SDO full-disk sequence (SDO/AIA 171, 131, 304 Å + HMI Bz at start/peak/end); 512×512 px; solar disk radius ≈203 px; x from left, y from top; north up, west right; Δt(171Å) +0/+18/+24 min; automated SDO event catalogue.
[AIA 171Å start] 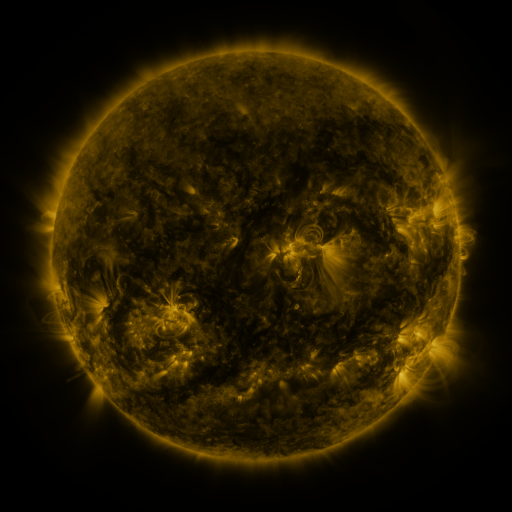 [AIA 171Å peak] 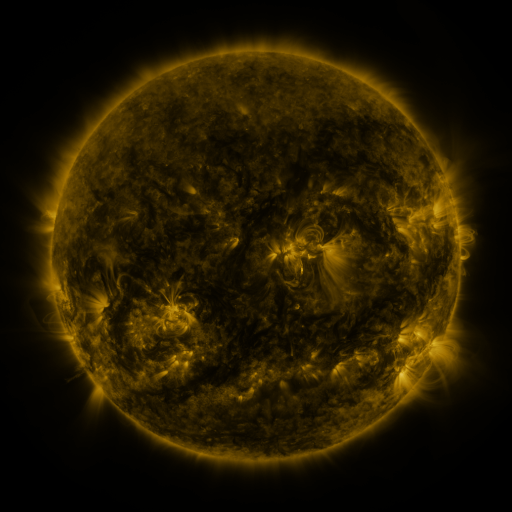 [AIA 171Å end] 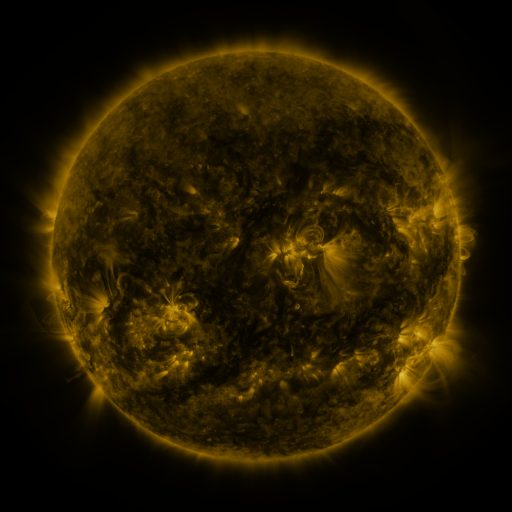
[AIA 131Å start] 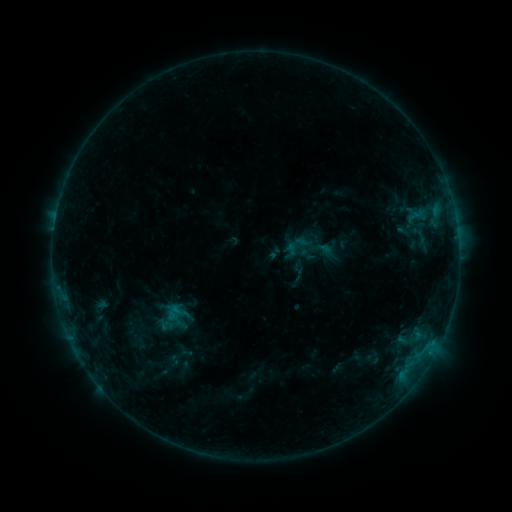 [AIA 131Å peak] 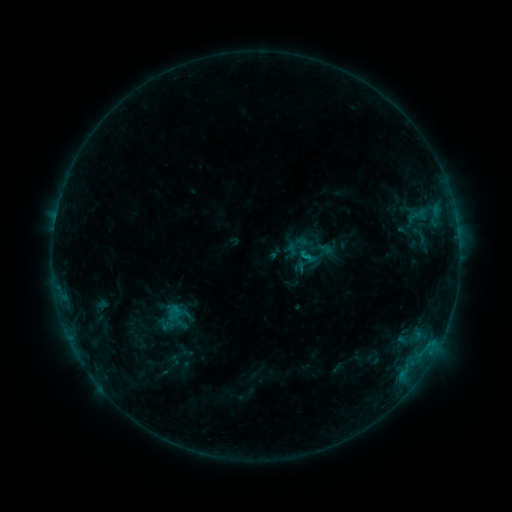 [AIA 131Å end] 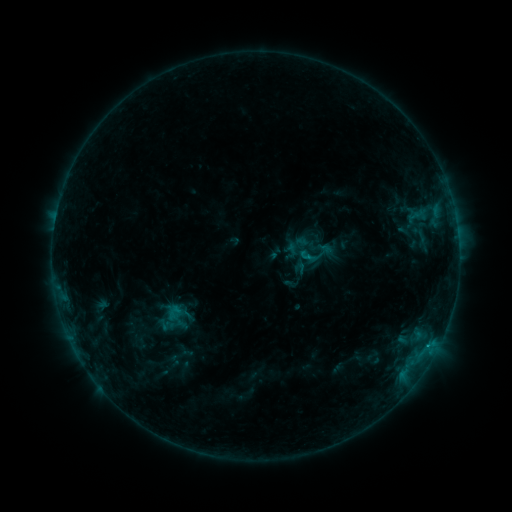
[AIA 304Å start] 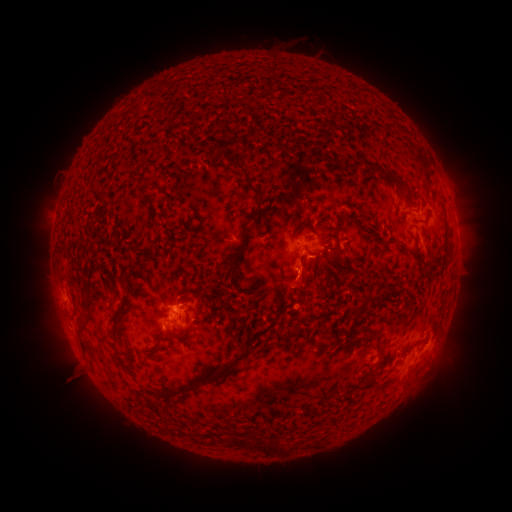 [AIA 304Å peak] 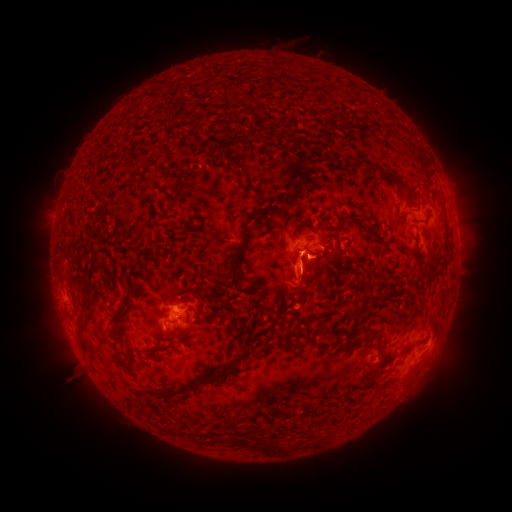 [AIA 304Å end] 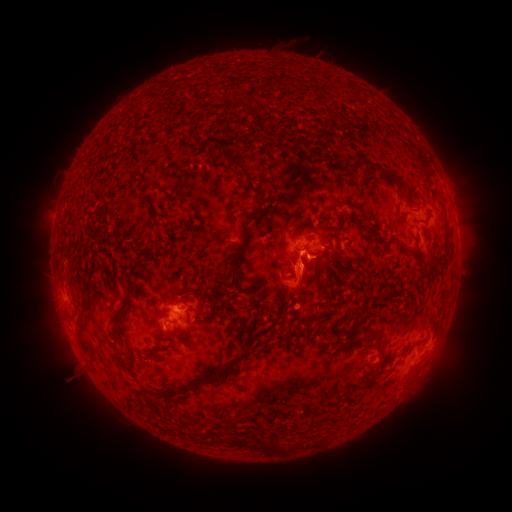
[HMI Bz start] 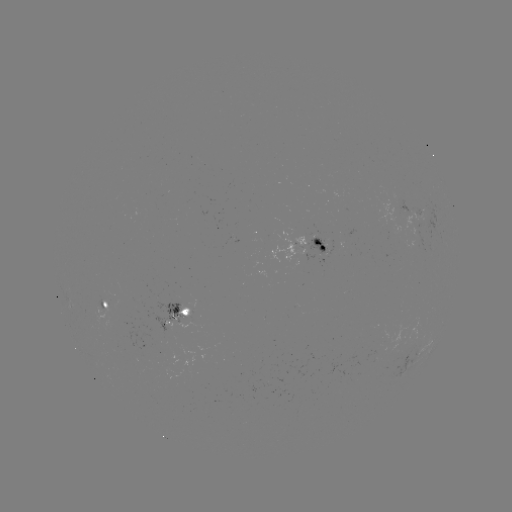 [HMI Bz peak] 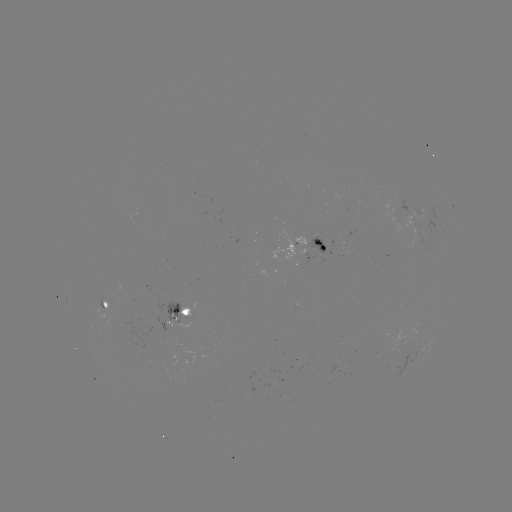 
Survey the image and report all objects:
B9.0 flare: (305, 258)
